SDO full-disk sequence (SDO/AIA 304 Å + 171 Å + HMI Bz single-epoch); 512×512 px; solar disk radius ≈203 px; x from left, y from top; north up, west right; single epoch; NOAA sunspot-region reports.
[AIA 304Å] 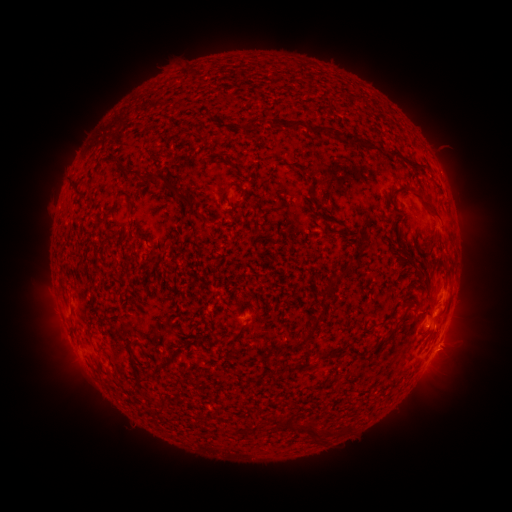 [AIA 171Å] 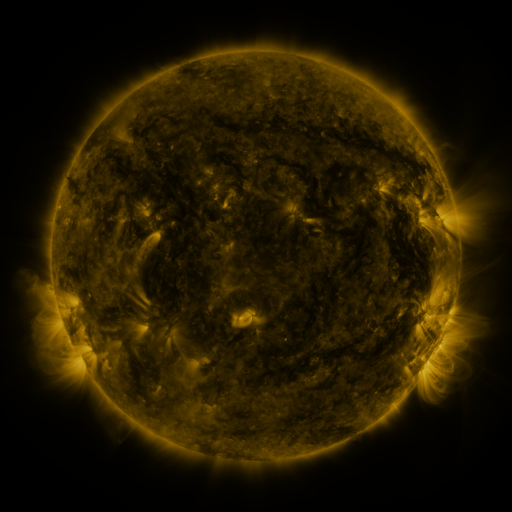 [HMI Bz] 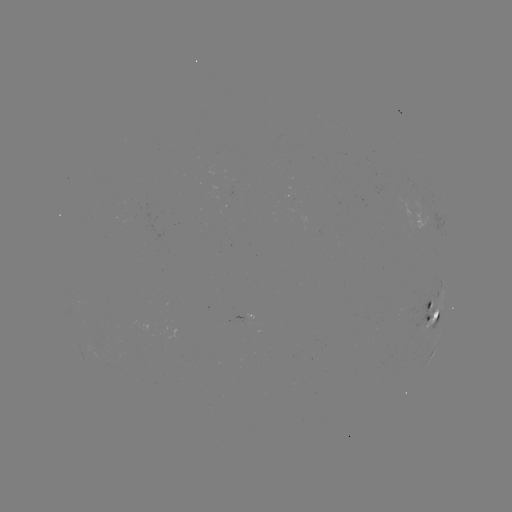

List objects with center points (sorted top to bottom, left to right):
spotted active region: (419, 216)
spotted active region: (433, 314)
spotted active region: (249, 317)
spotted active region: (436, 348)
spotted active region: (433, 352)
